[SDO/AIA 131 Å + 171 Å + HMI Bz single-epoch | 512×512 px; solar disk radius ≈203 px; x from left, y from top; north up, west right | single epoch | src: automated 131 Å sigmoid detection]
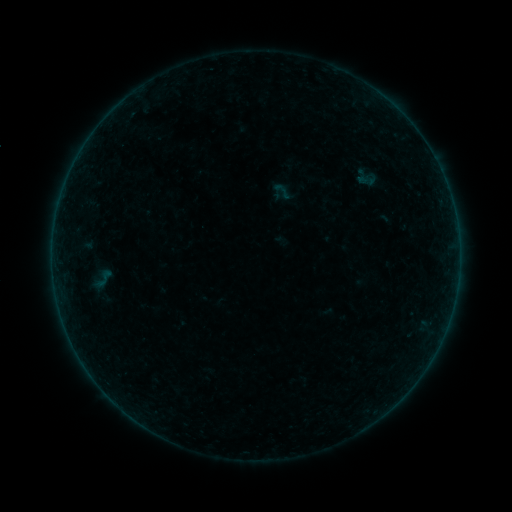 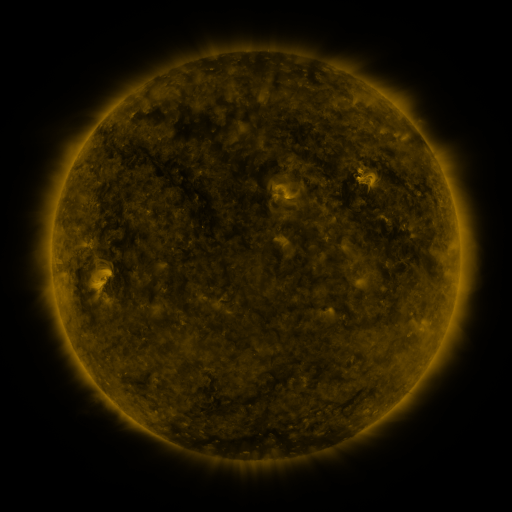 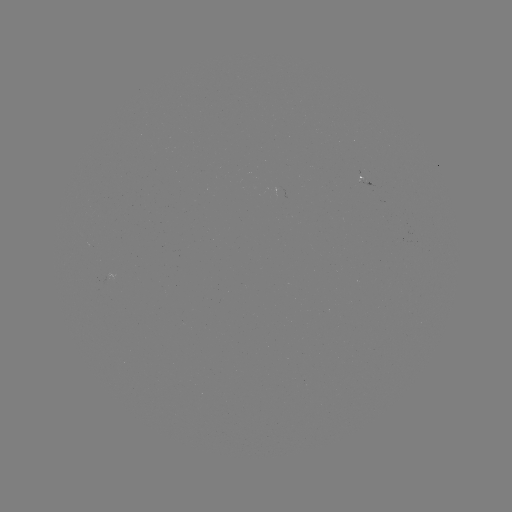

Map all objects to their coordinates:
sigmoid: (354, 170, 378, 190)
sigmoid: (271, 180, 294, 202)
sigmoid: (88, 266, 118, 291)
